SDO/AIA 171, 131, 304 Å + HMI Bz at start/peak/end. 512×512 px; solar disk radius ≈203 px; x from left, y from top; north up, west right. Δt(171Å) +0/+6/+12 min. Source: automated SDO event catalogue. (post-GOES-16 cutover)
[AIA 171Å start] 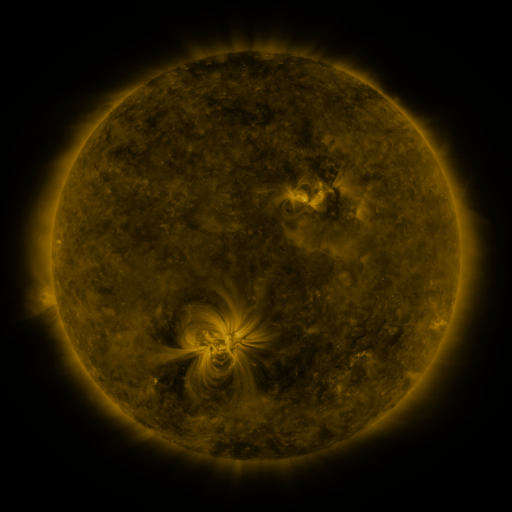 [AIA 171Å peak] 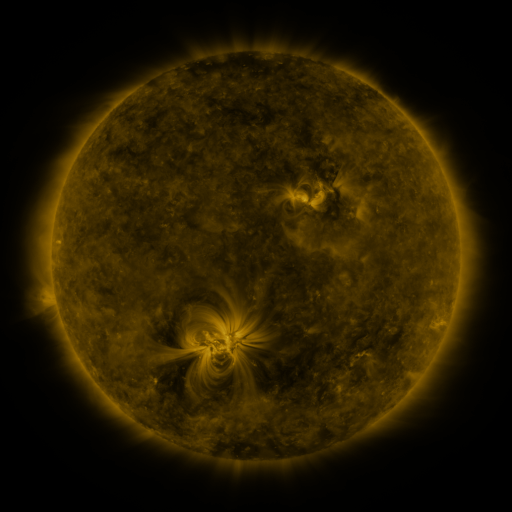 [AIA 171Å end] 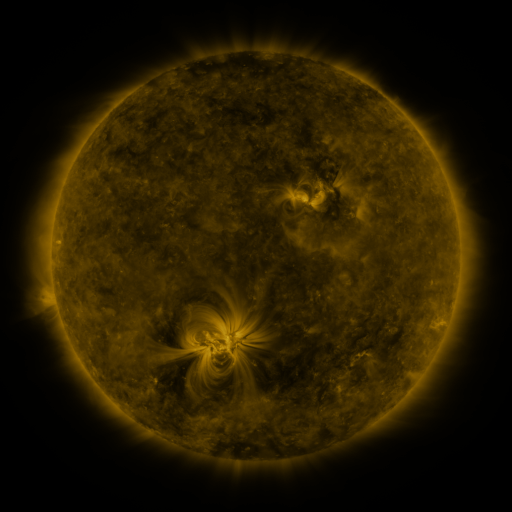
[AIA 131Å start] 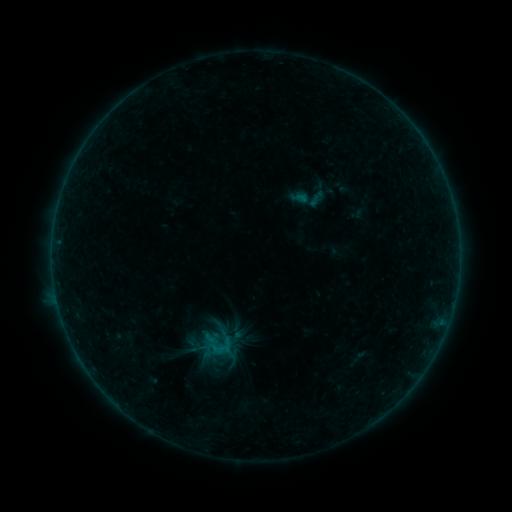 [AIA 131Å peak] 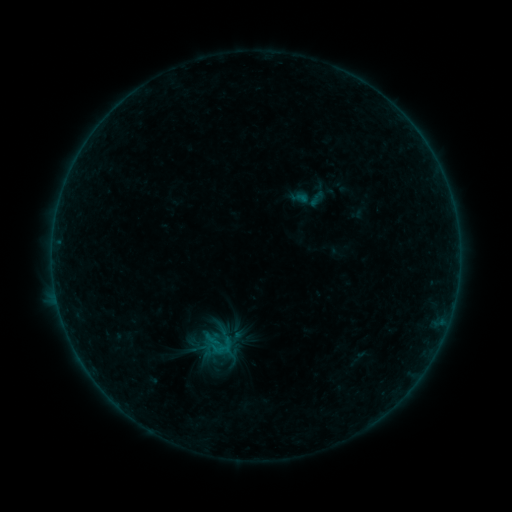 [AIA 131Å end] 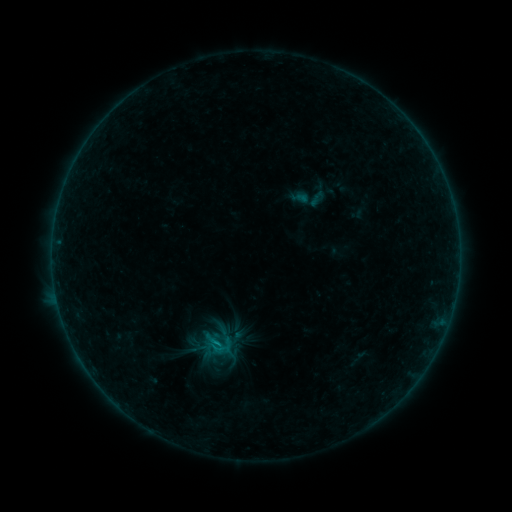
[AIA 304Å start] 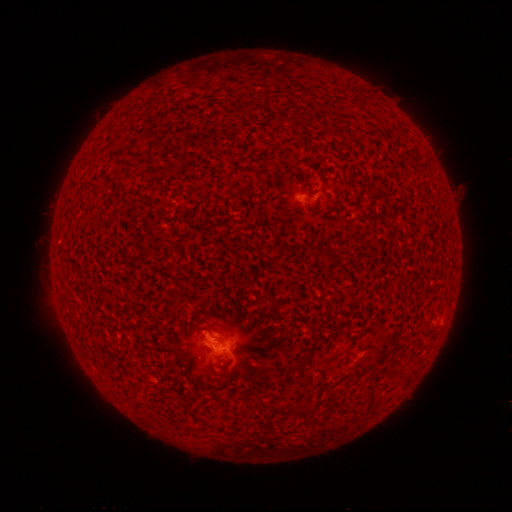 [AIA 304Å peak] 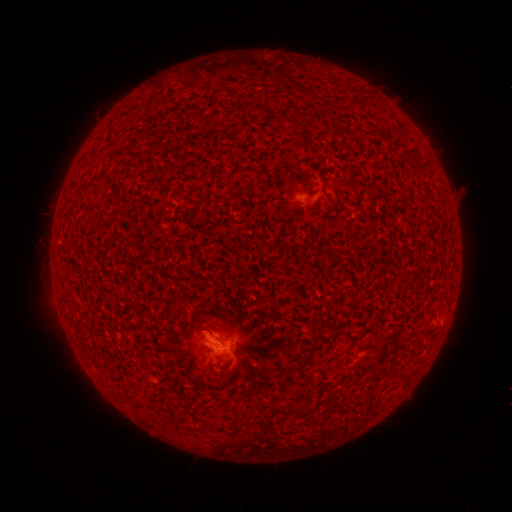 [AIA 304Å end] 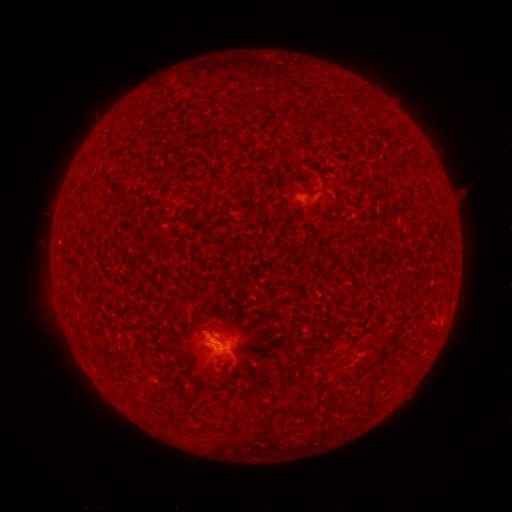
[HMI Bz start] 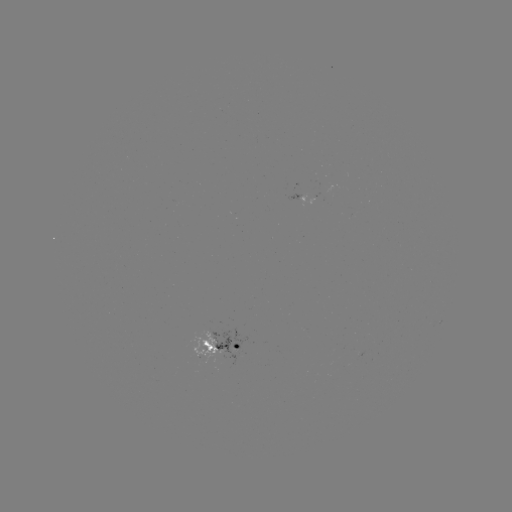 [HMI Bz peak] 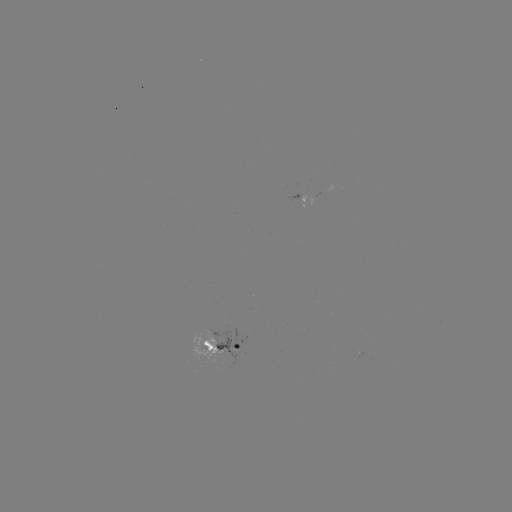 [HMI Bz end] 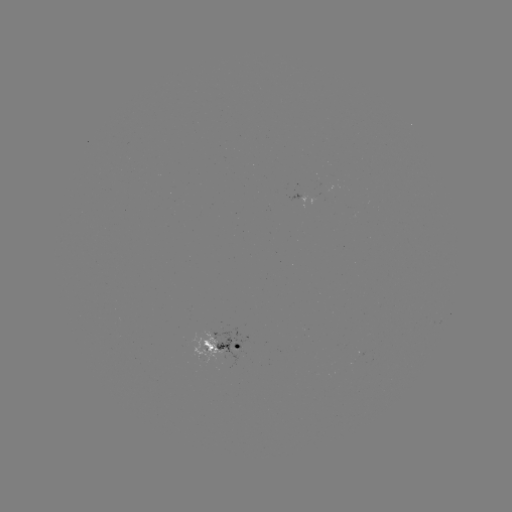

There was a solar flare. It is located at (216, 340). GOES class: B6.2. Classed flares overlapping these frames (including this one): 1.